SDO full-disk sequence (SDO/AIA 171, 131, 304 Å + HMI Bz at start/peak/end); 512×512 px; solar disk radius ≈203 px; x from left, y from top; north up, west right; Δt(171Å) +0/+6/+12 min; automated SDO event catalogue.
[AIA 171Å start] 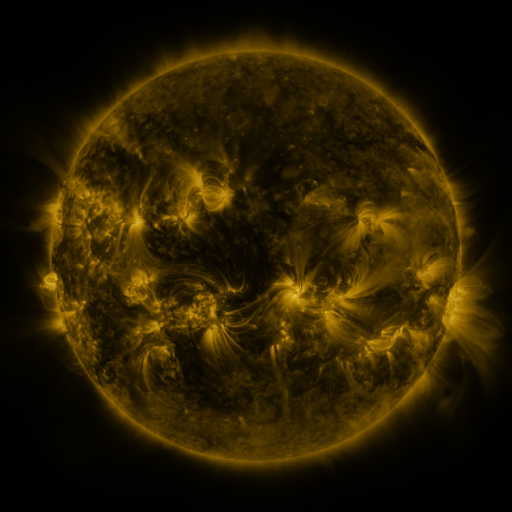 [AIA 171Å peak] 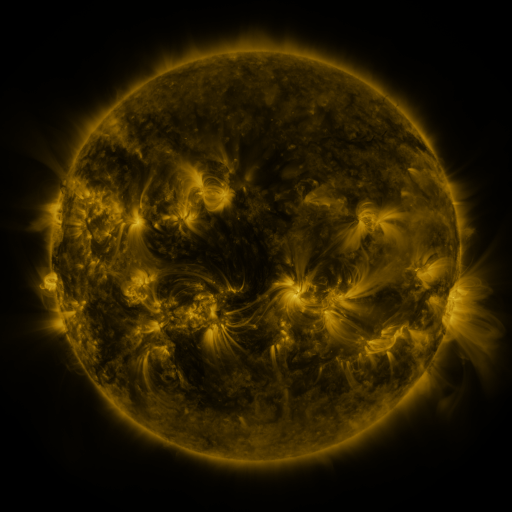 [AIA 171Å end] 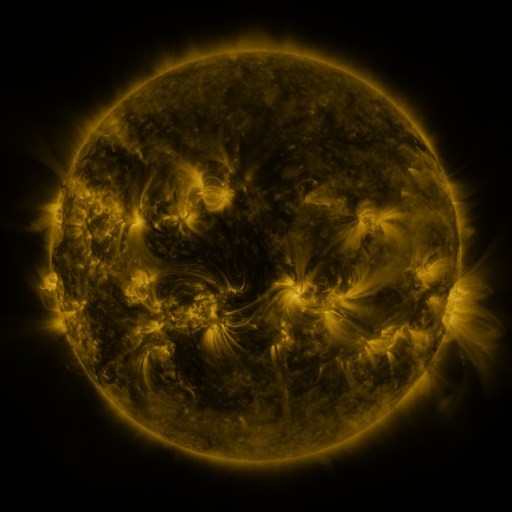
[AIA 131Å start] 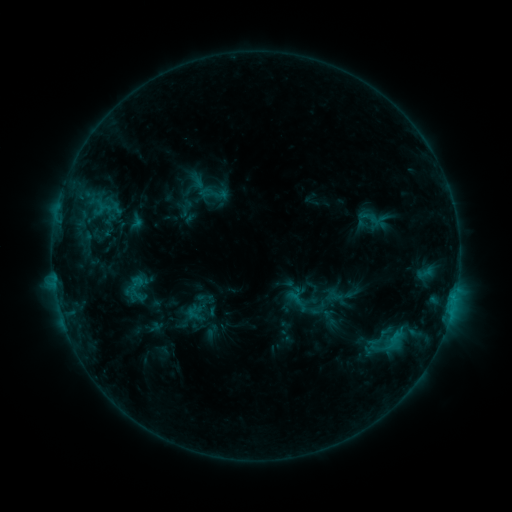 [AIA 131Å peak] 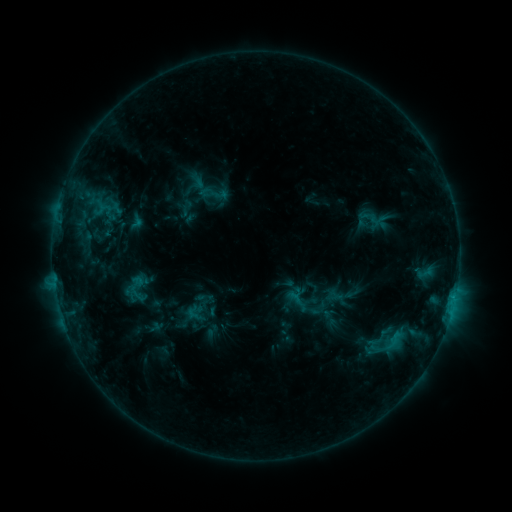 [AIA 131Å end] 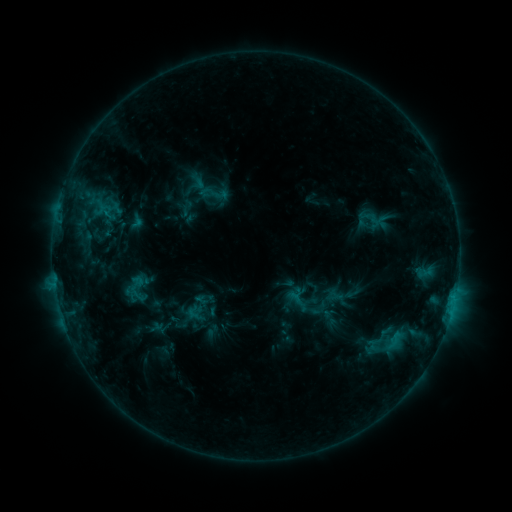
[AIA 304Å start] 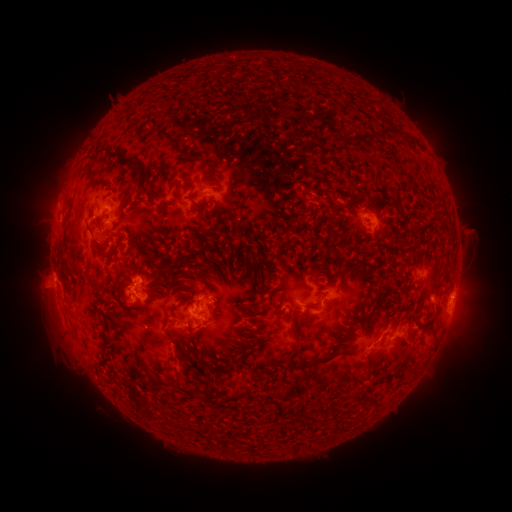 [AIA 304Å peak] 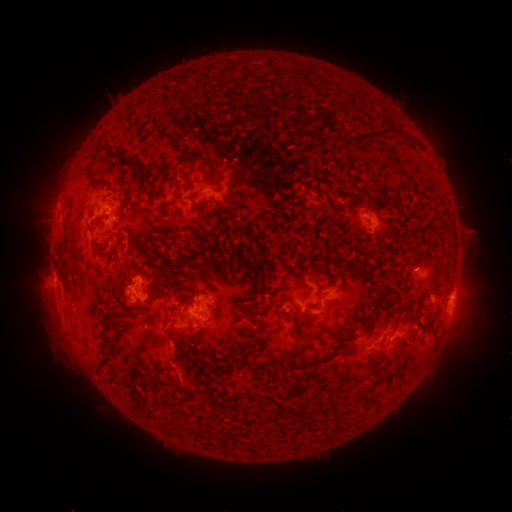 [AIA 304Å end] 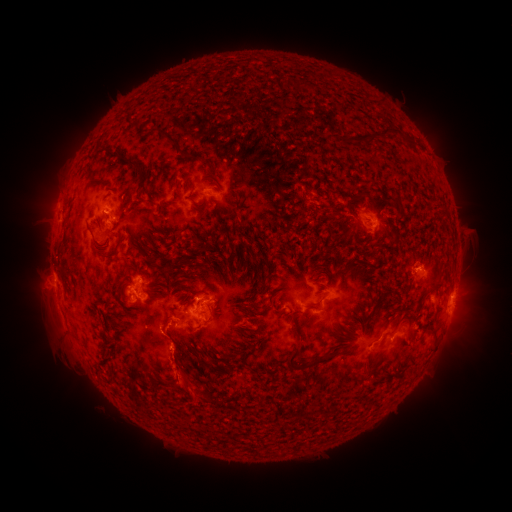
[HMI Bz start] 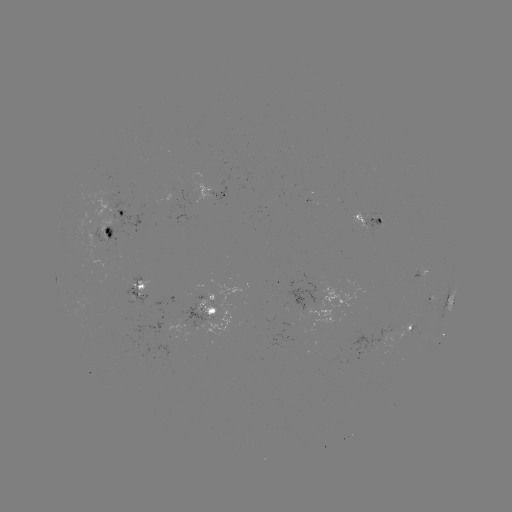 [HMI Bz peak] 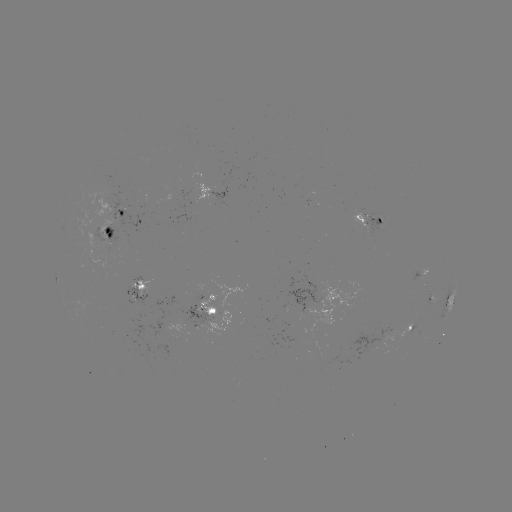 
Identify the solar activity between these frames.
eruption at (425, 257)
